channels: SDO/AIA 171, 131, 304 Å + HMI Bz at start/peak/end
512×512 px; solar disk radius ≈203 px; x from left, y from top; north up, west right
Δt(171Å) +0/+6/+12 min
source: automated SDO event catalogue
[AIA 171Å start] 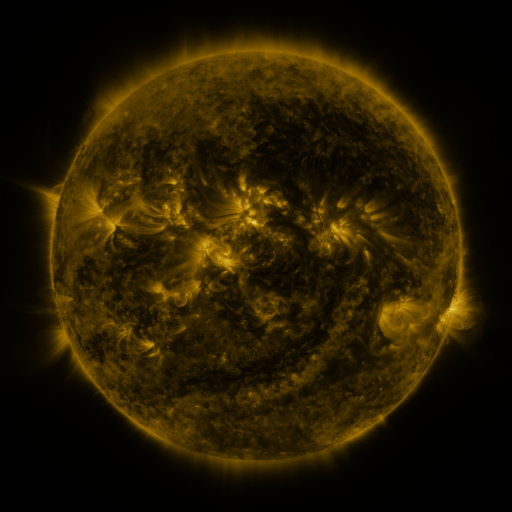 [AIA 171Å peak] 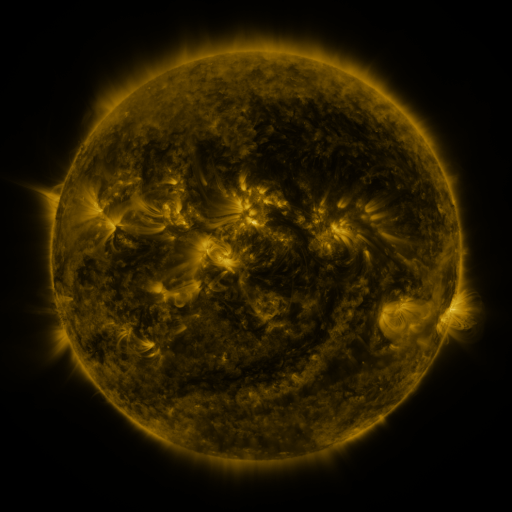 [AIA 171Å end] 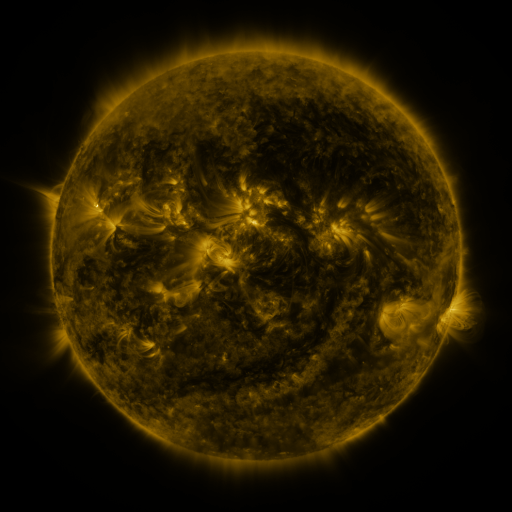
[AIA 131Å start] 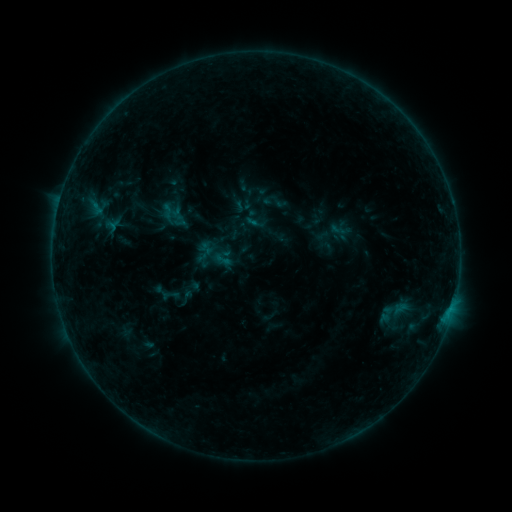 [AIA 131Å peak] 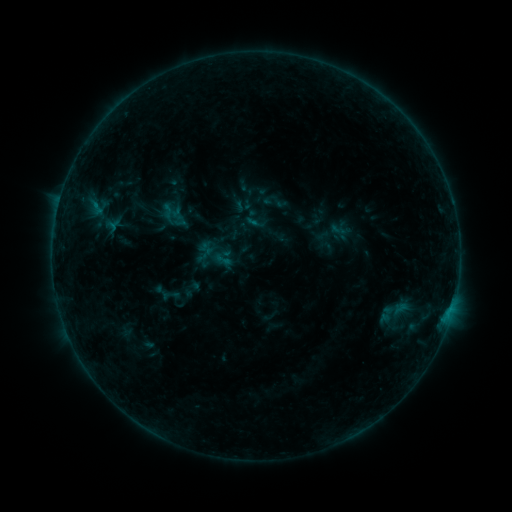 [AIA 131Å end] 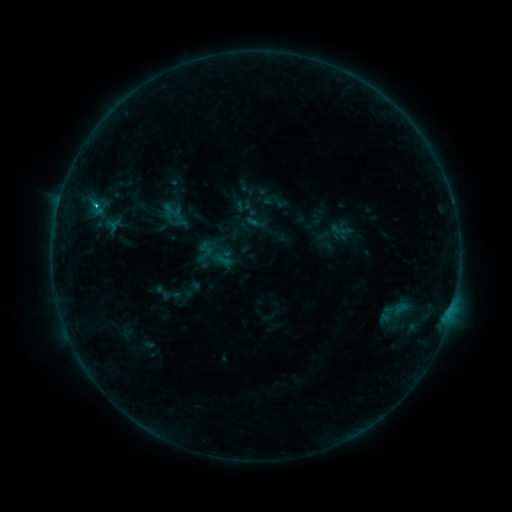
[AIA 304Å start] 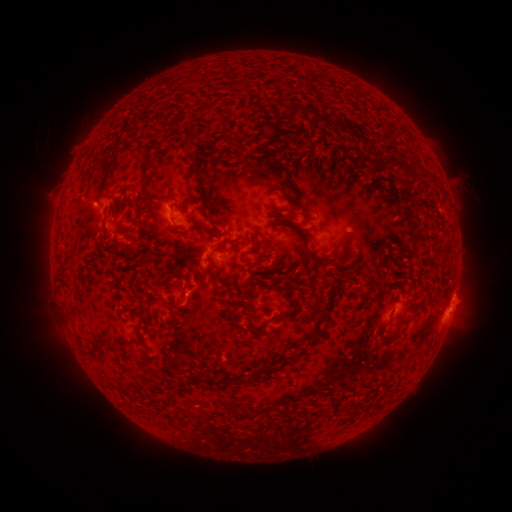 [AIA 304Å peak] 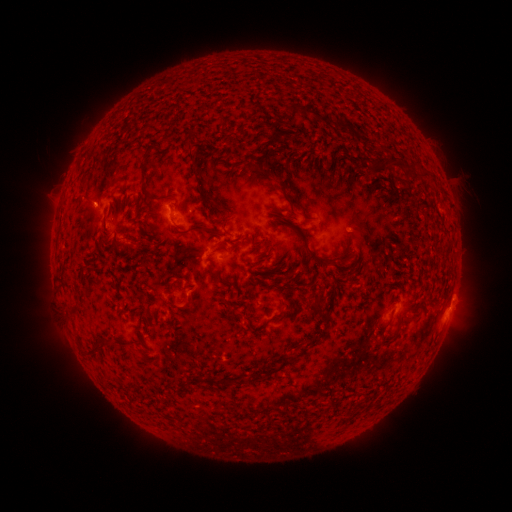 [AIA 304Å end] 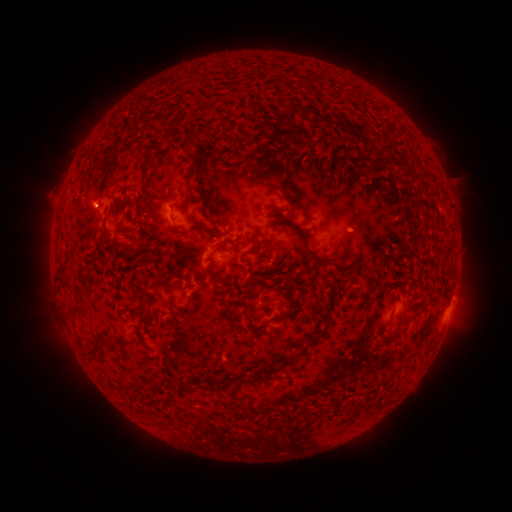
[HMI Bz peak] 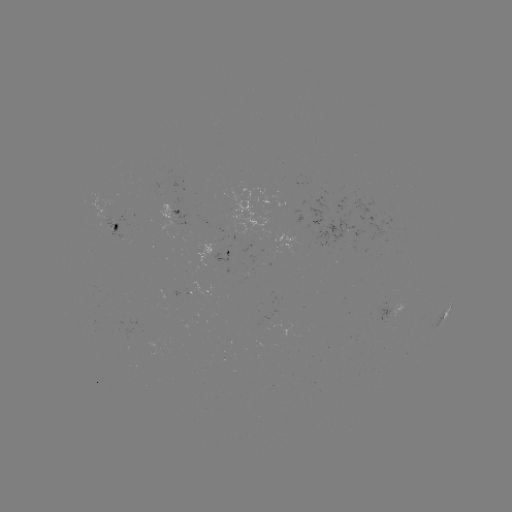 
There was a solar flare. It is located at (96, 208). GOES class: B8.0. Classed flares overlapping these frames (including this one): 1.